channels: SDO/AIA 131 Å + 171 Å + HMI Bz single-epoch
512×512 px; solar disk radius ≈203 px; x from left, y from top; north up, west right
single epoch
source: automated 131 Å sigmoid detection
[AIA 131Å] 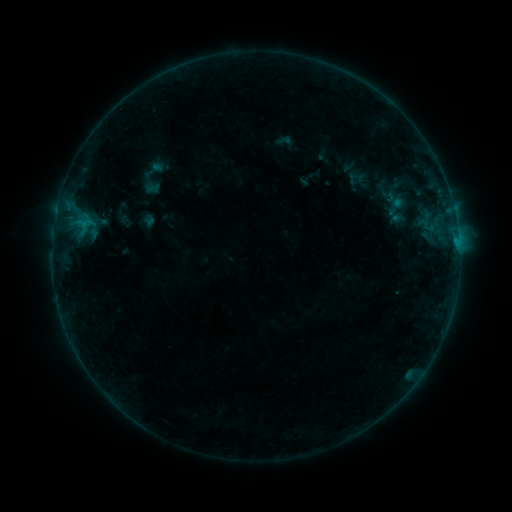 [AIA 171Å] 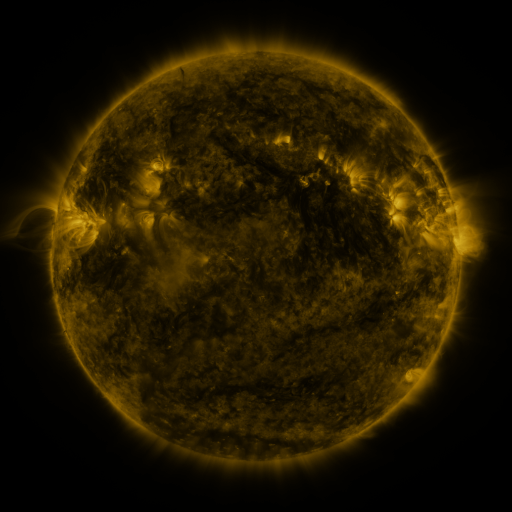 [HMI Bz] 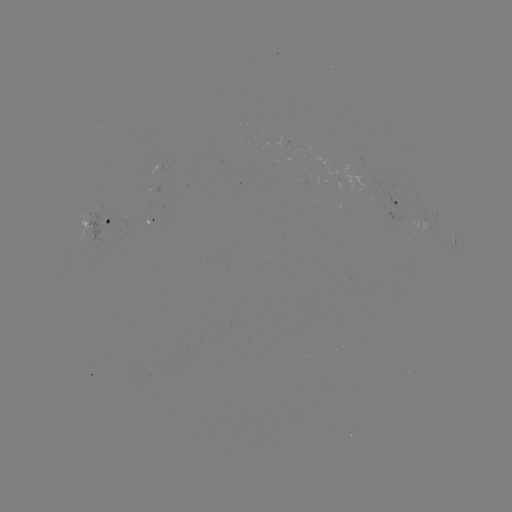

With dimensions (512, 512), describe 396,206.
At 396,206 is sigmoid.